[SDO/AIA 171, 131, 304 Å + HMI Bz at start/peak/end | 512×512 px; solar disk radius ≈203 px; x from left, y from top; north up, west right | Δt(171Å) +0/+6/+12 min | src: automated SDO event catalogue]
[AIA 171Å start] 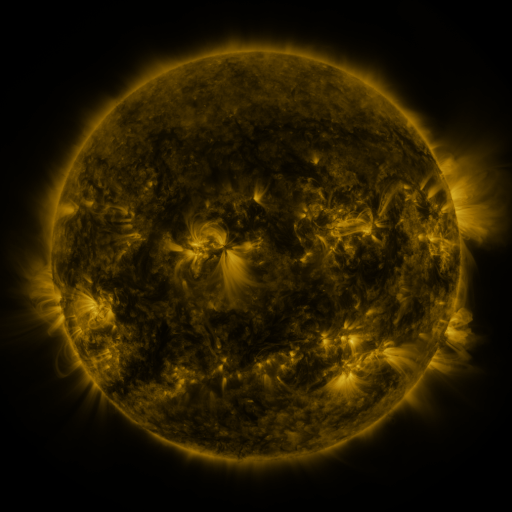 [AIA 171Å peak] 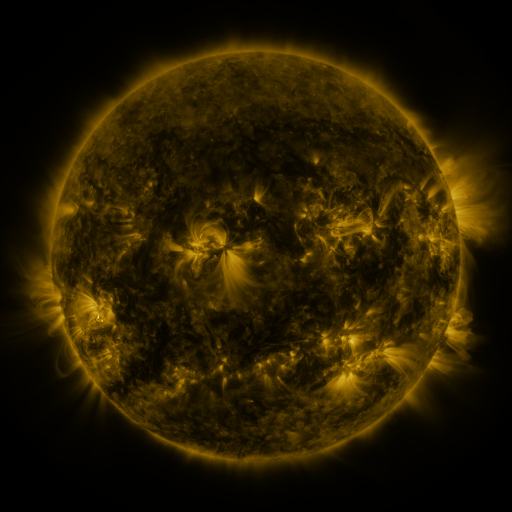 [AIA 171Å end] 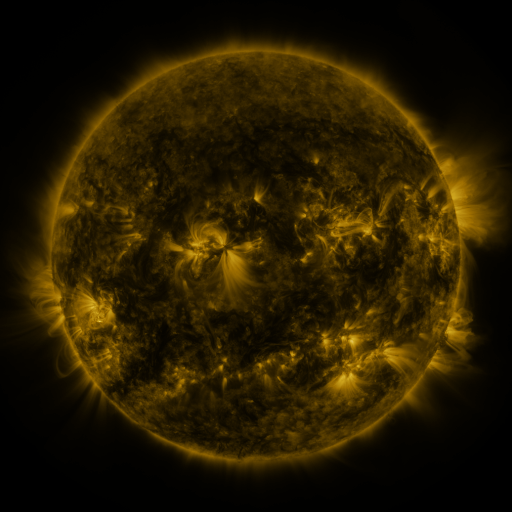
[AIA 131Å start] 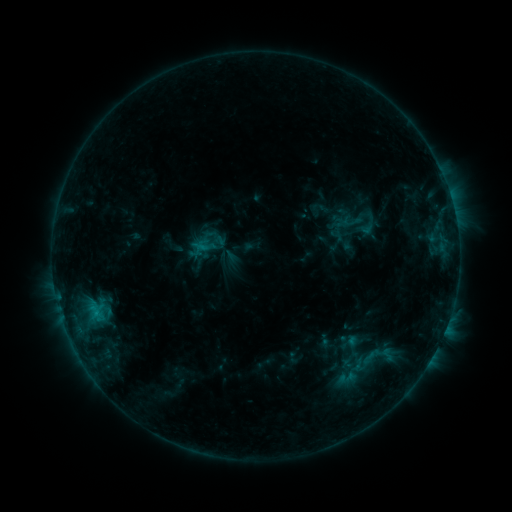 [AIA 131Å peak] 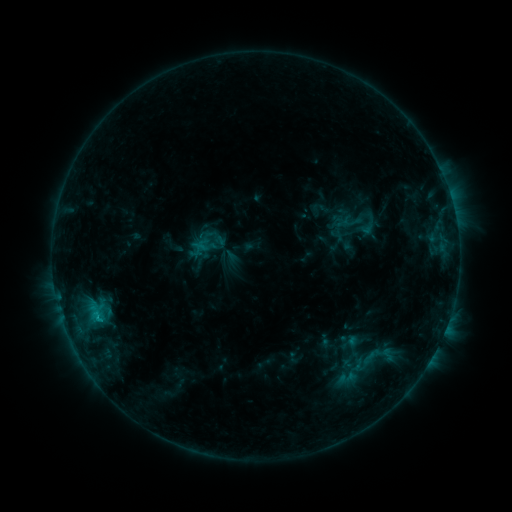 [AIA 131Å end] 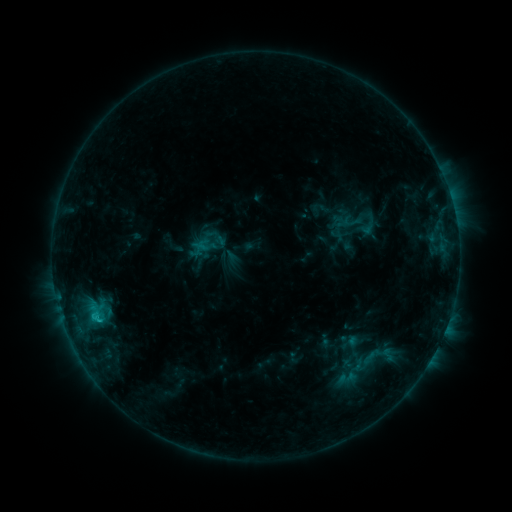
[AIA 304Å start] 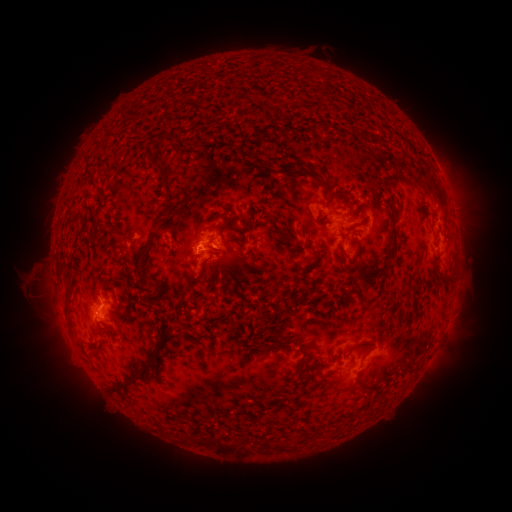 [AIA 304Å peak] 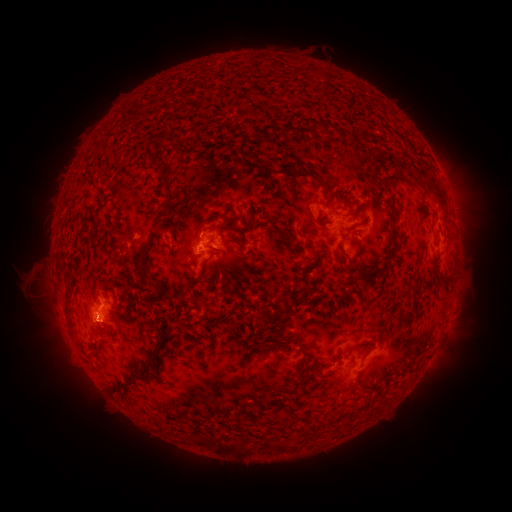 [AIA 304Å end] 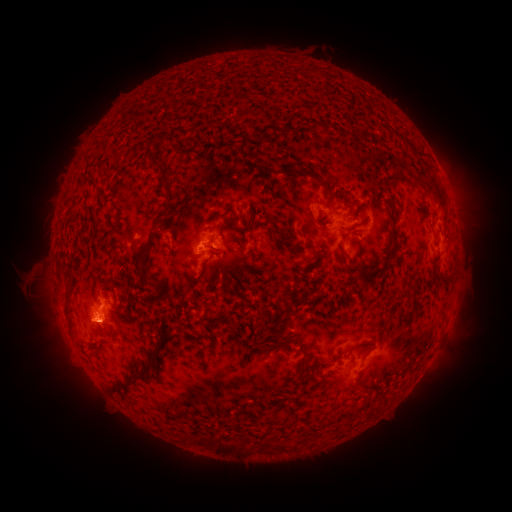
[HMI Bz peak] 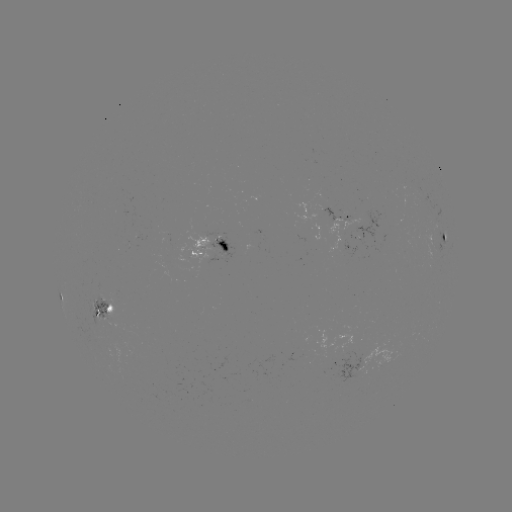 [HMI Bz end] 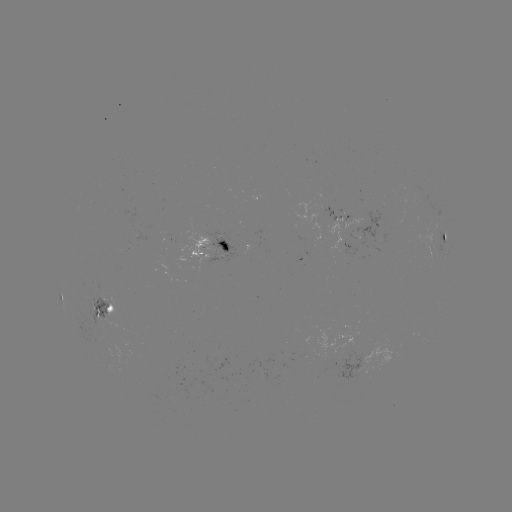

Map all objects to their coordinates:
C2.3 flare: (98, 315)
